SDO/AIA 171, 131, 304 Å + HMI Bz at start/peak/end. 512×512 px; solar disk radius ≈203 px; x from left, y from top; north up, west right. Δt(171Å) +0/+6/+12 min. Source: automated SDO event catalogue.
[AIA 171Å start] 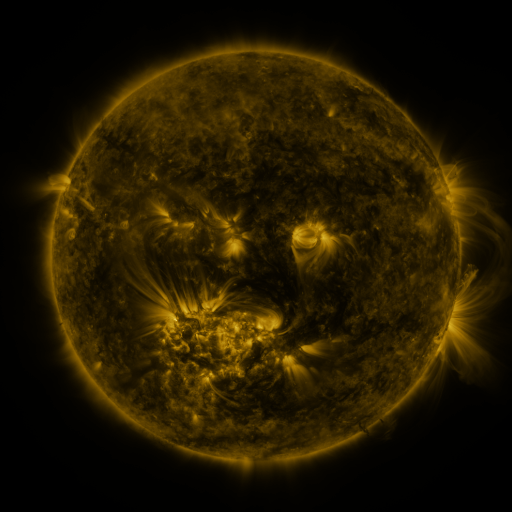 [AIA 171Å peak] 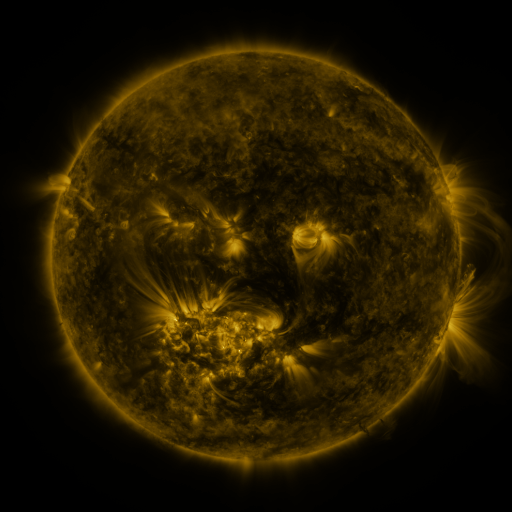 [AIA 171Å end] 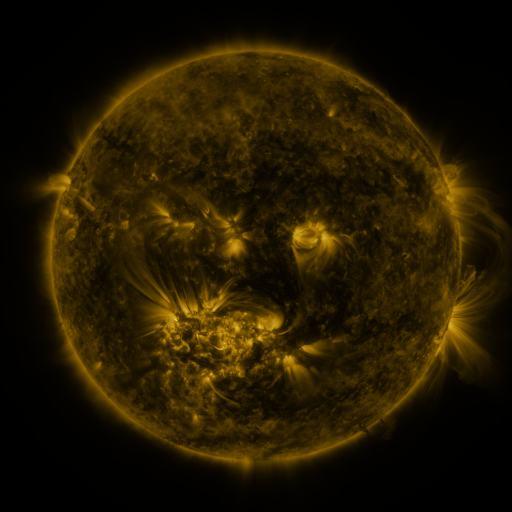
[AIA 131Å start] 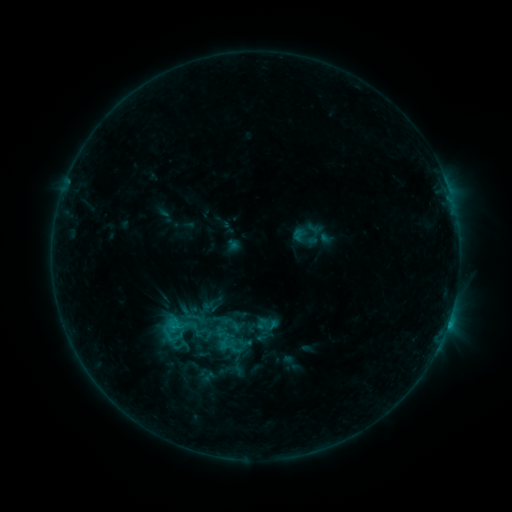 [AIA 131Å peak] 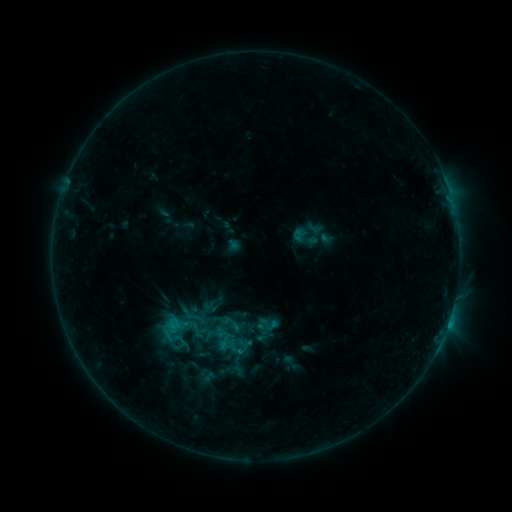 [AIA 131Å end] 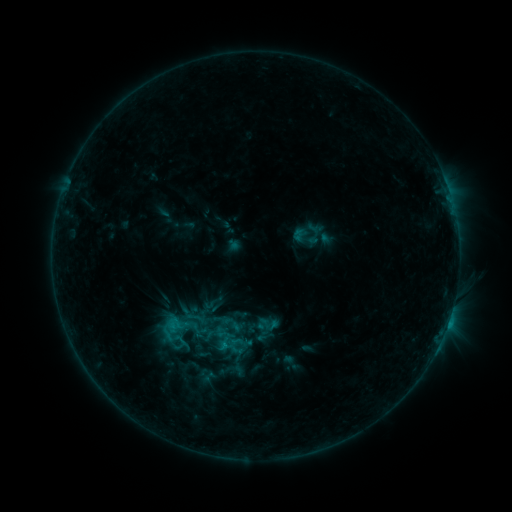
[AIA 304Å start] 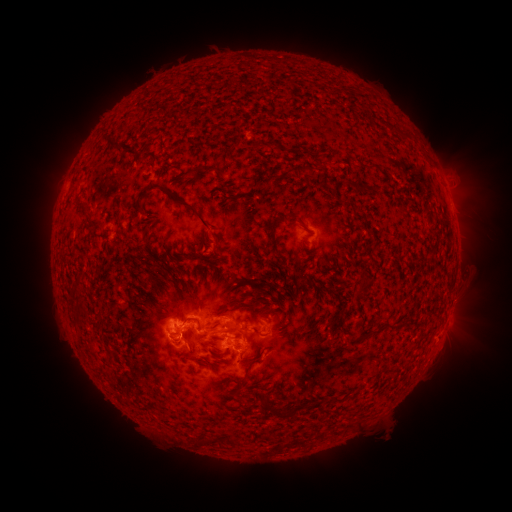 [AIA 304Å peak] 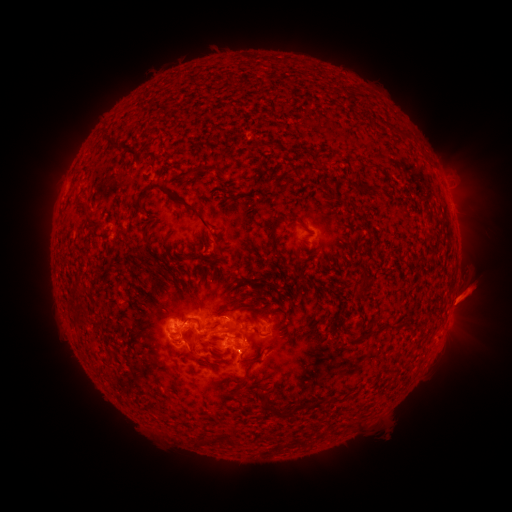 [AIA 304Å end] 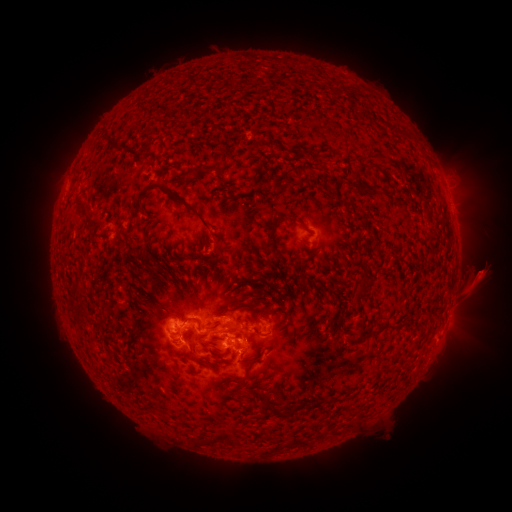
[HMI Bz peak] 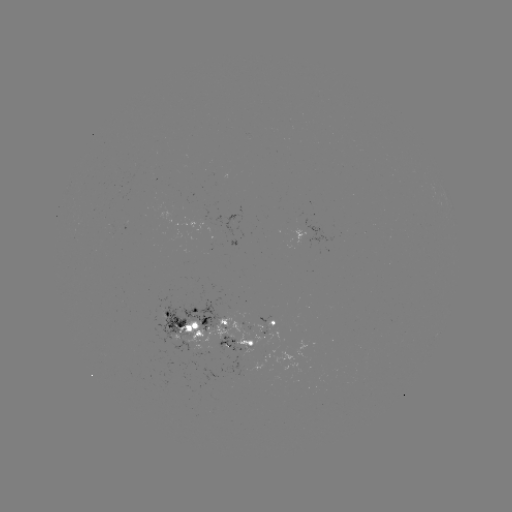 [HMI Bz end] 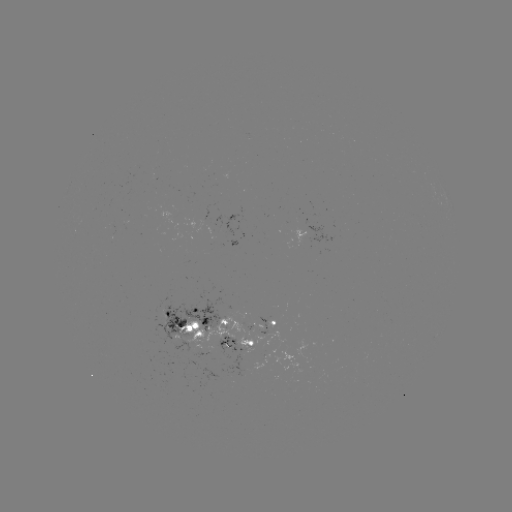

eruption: <bbox>436, 240, 508, 364</bbox>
